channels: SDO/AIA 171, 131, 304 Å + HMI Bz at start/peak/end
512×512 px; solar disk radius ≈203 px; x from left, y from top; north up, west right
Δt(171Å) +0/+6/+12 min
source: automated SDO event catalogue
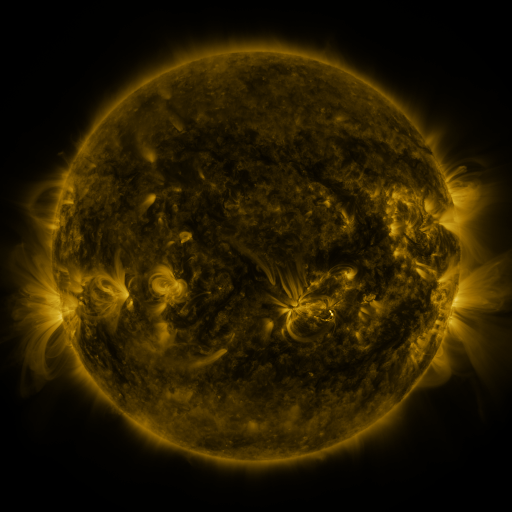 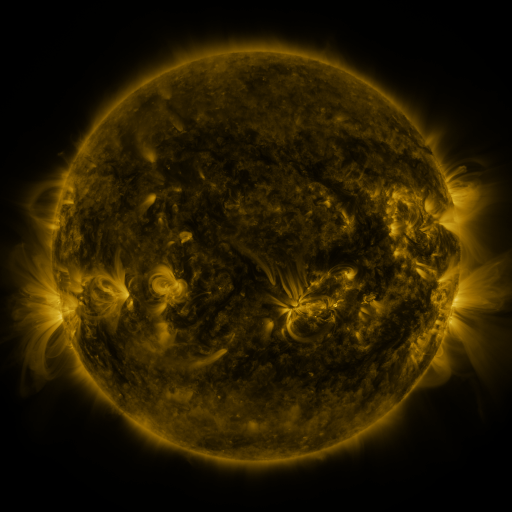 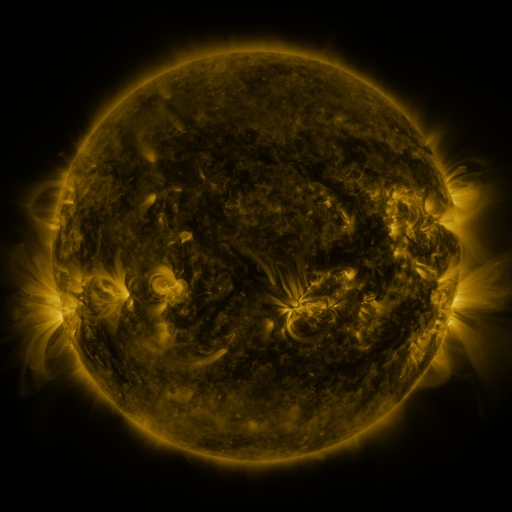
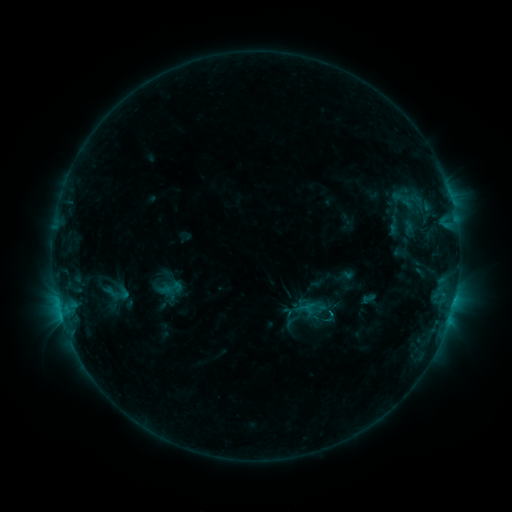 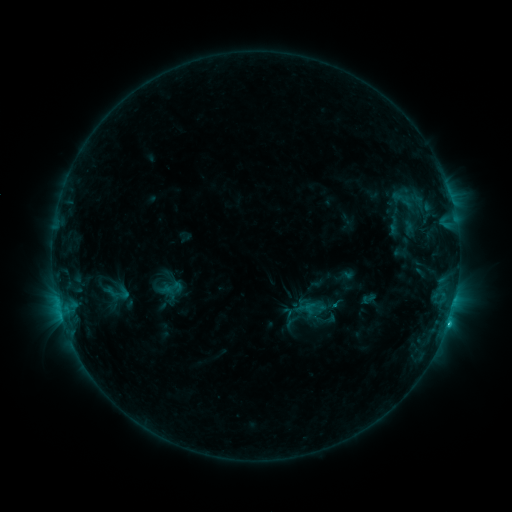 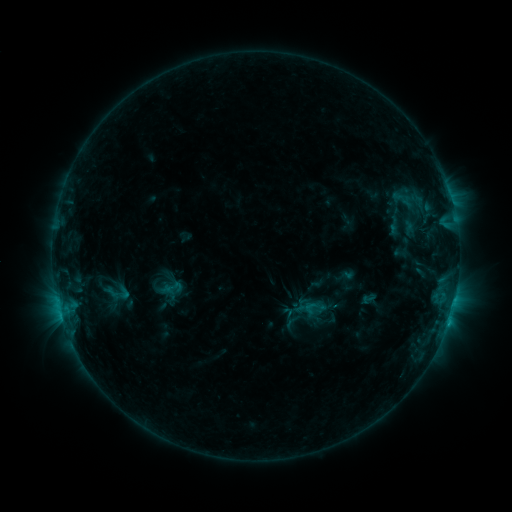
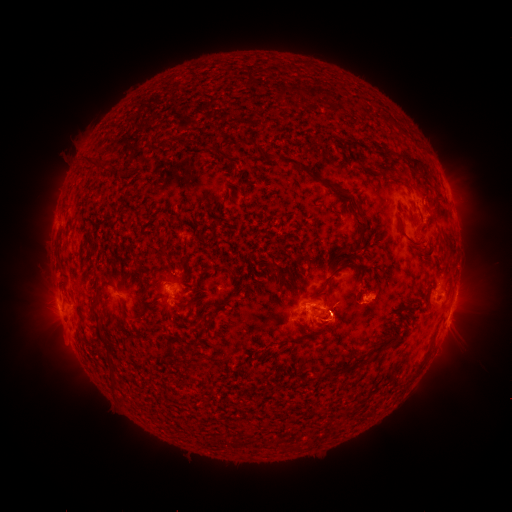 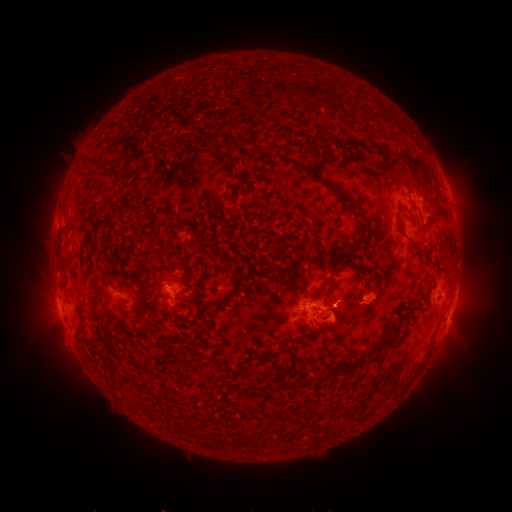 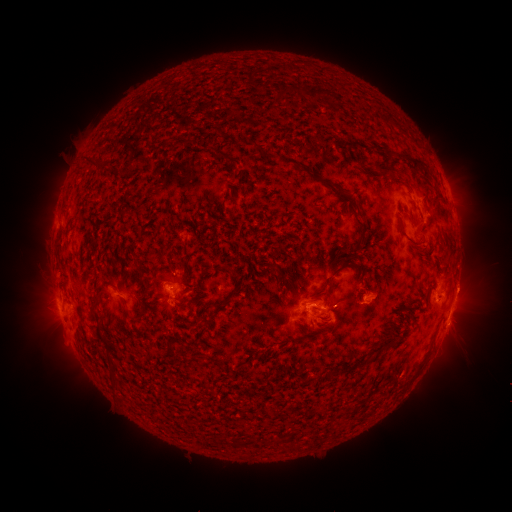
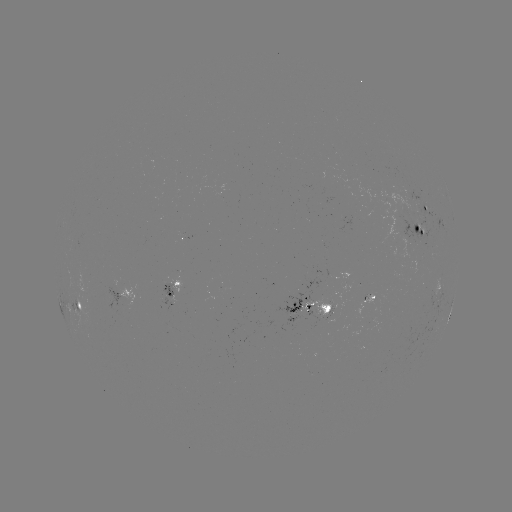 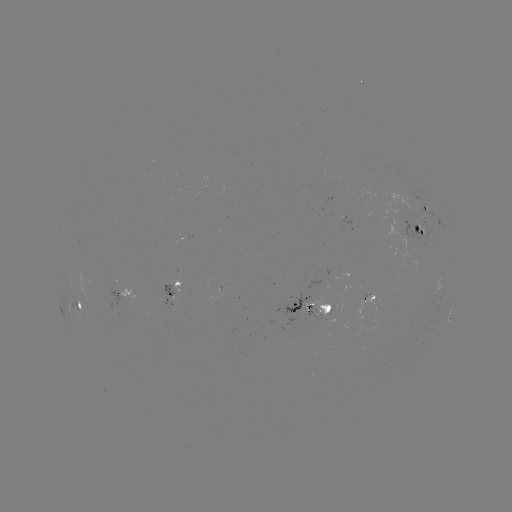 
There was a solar flare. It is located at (333, 303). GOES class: C1.4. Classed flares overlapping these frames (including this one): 1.